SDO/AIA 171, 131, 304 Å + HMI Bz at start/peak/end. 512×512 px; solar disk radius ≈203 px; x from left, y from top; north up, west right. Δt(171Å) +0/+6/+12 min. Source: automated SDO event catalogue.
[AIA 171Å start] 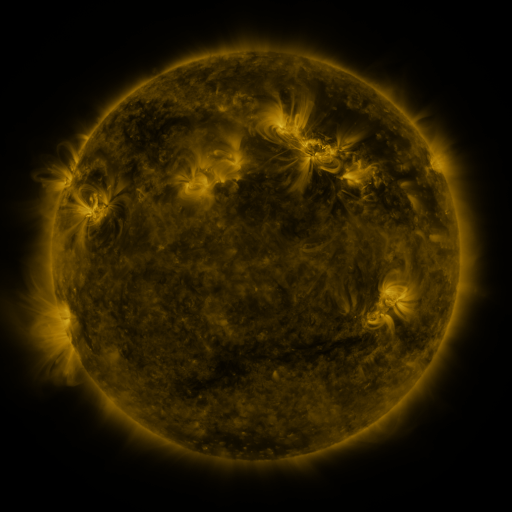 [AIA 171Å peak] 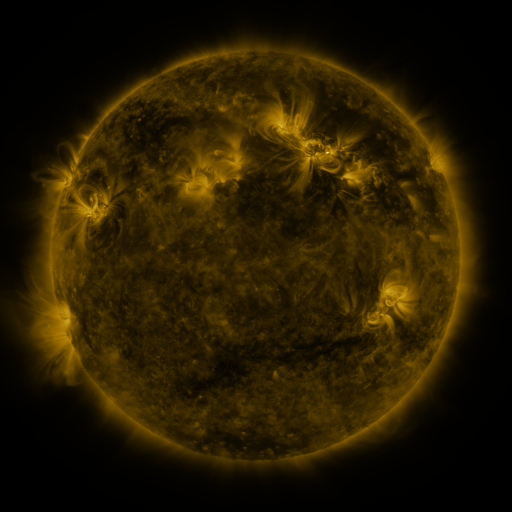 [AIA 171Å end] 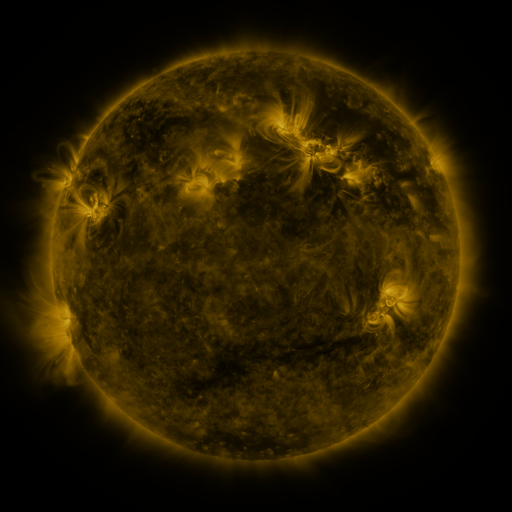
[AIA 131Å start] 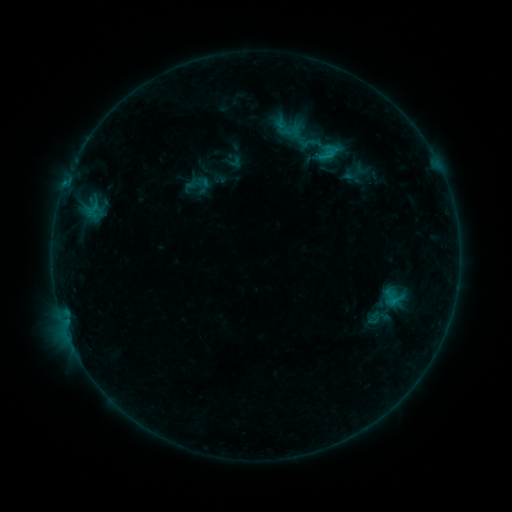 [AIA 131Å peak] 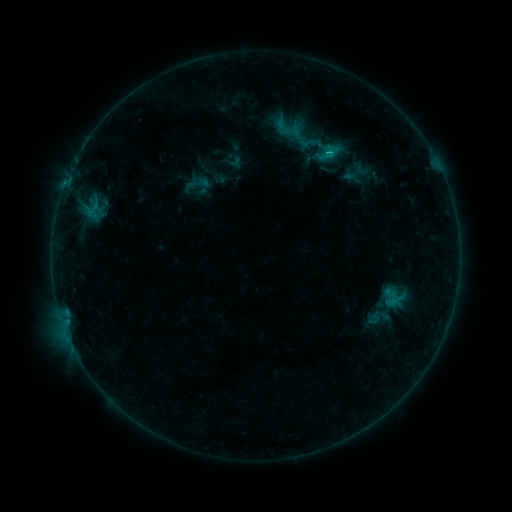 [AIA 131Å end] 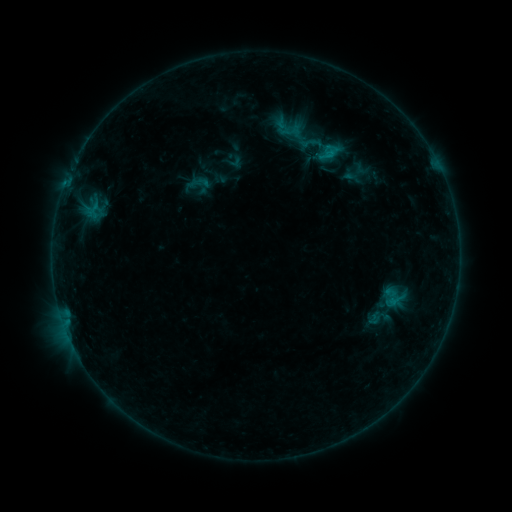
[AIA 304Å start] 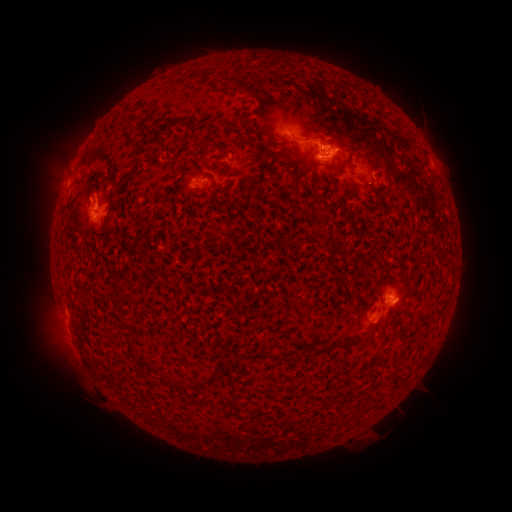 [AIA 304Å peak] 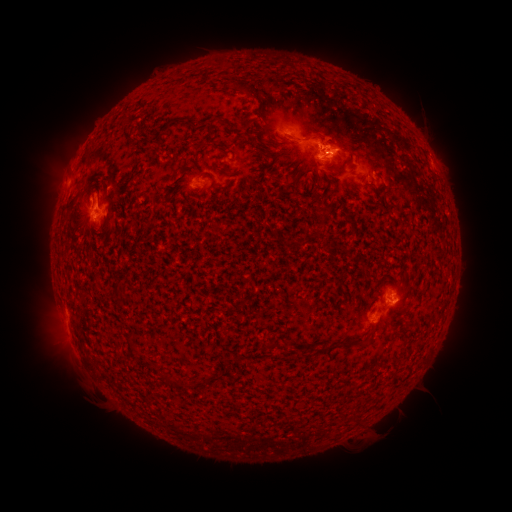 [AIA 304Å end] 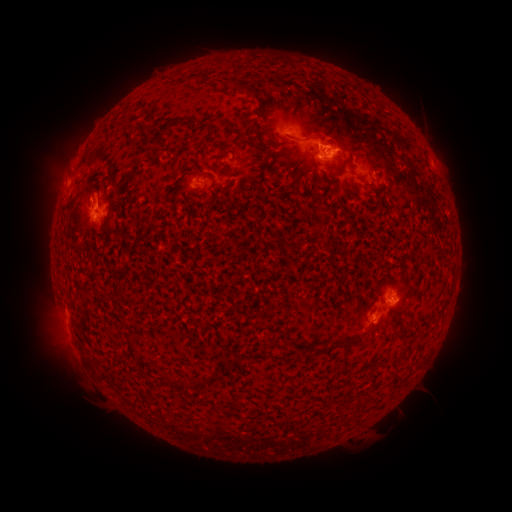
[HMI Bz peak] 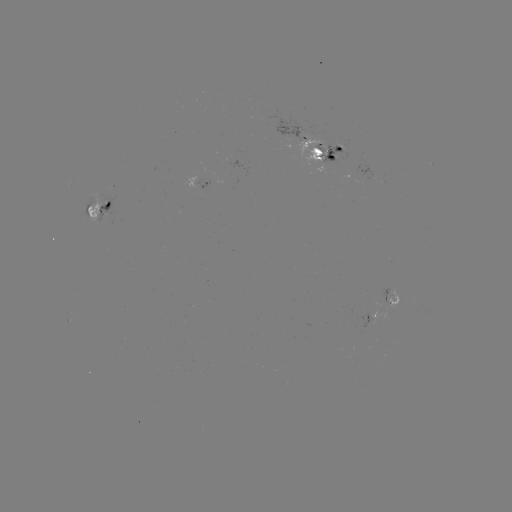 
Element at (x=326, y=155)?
C1.2 flare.